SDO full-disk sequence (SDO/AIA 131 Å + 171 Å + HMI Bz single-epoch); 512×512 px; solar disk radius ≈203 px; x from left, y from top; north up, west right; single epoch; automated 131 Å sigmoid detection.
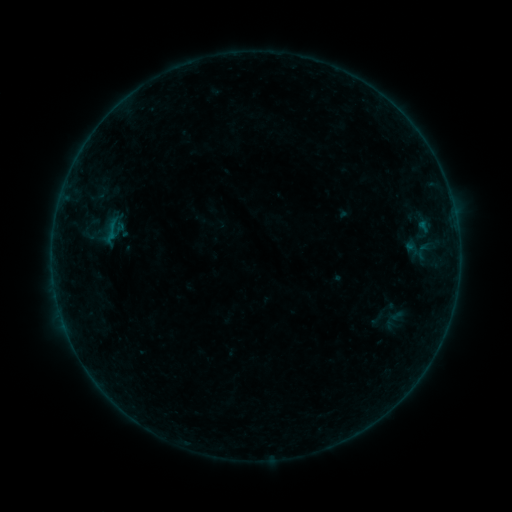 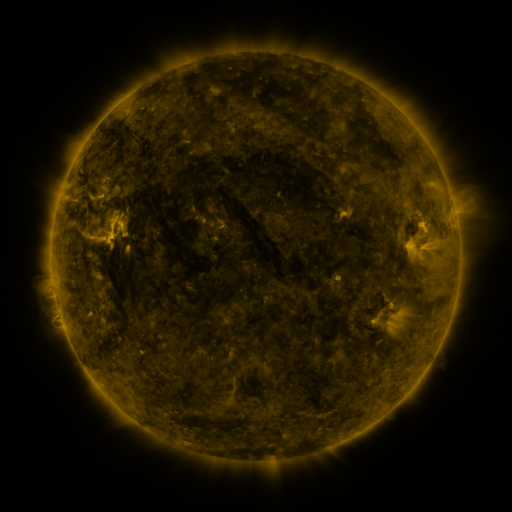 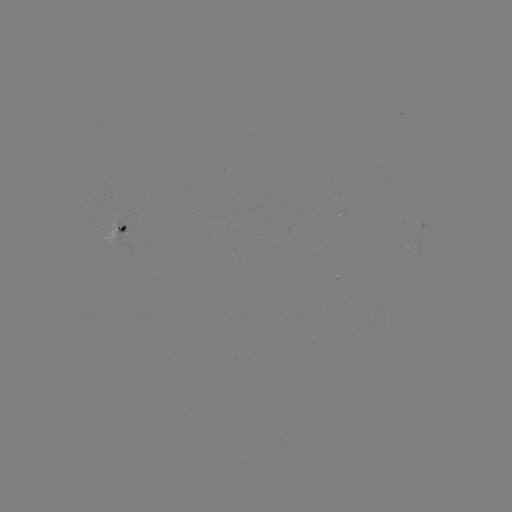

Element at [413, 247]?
sigmoid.